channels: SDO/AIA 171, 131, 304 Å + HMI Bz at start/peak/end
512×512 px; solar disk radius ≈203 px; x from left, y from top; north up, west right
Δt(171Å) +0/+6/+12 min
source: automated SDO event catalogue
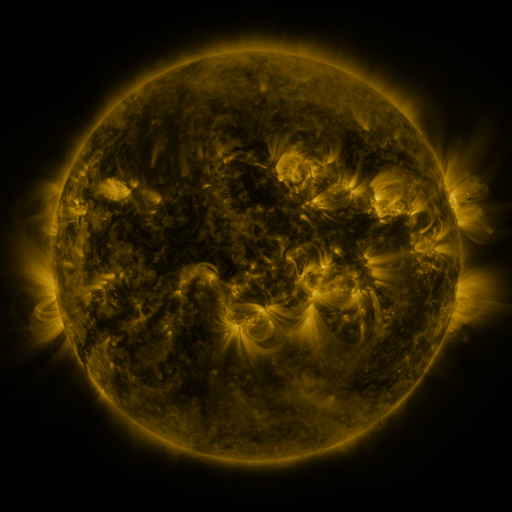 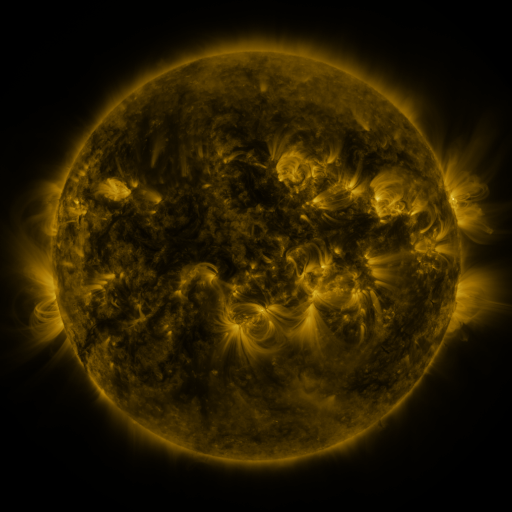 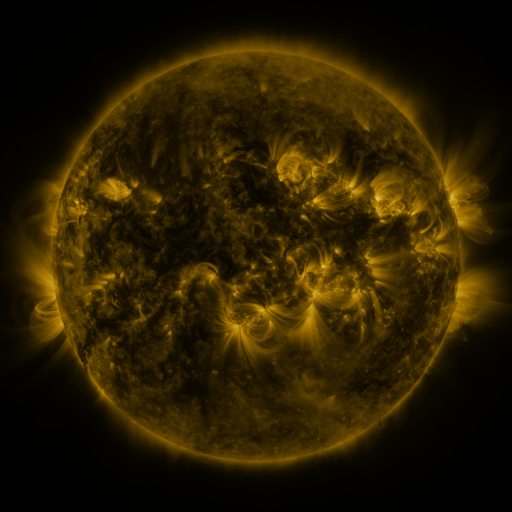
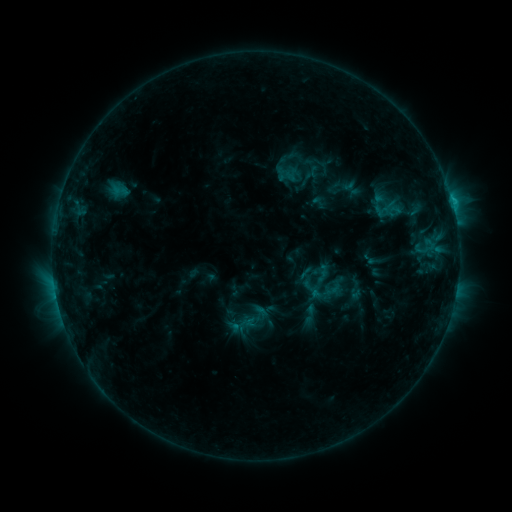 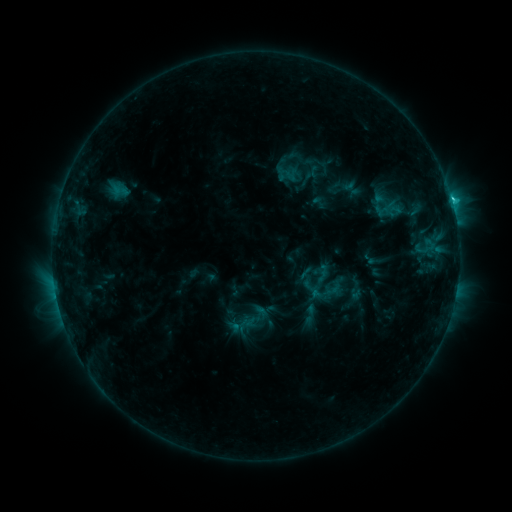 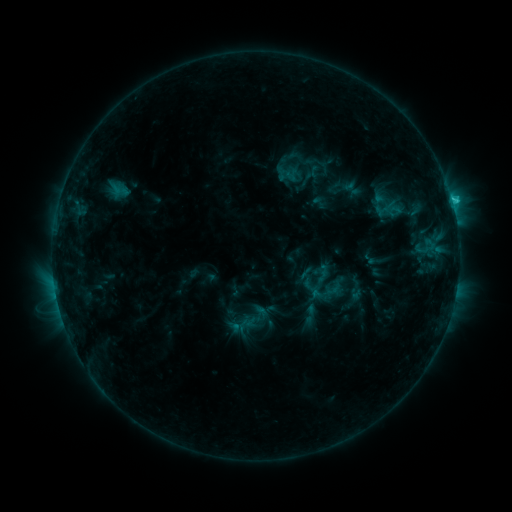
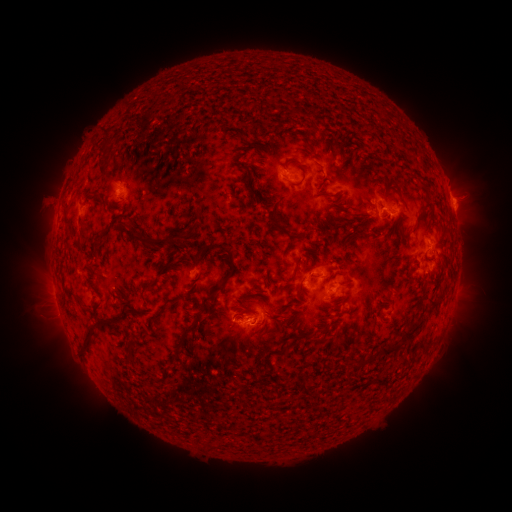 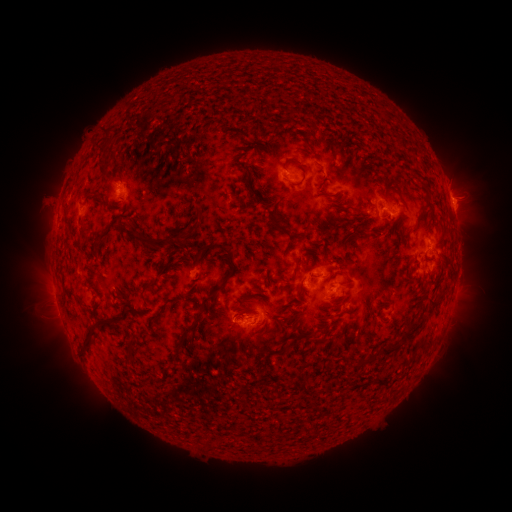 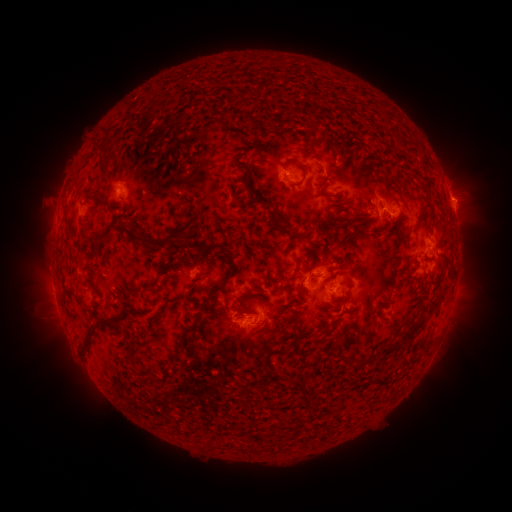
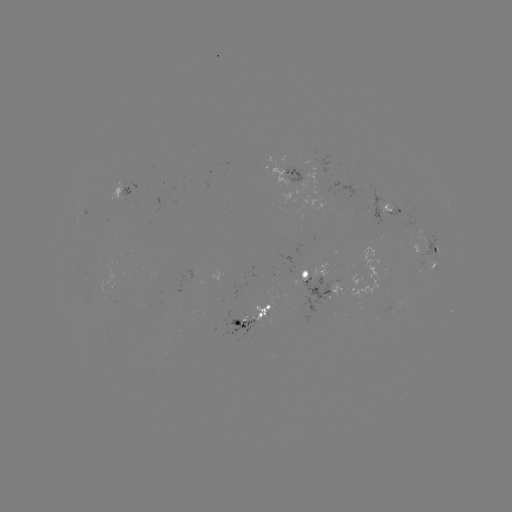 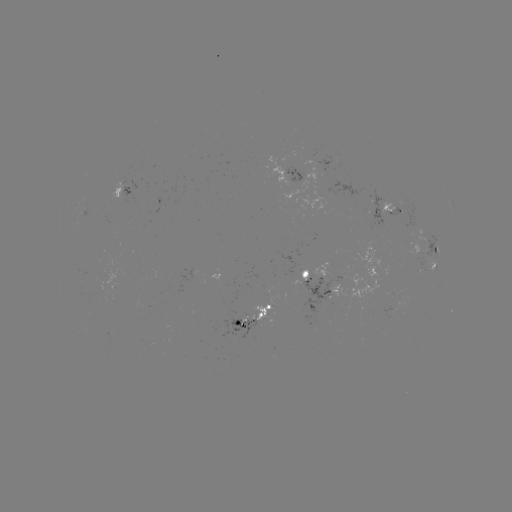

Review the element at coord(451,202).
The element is C1.8 flare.